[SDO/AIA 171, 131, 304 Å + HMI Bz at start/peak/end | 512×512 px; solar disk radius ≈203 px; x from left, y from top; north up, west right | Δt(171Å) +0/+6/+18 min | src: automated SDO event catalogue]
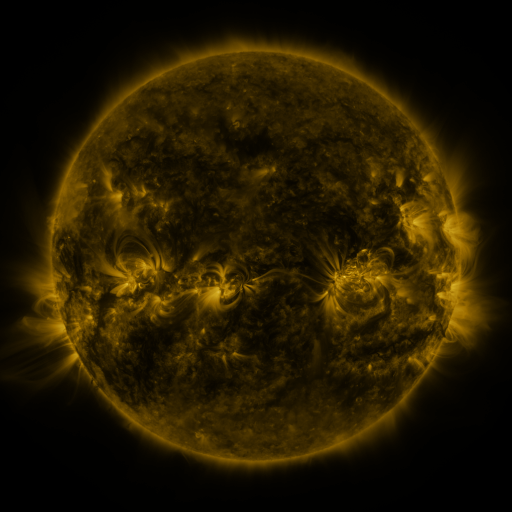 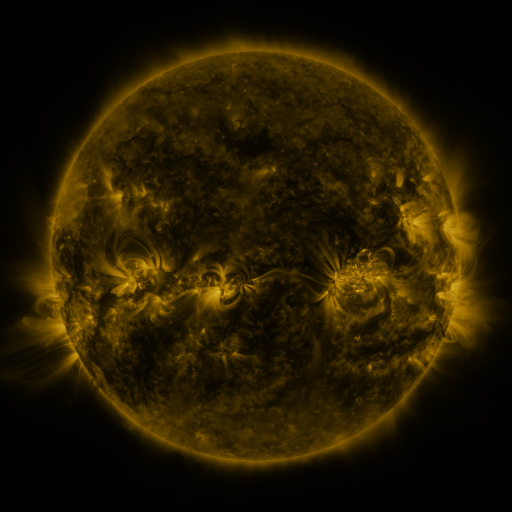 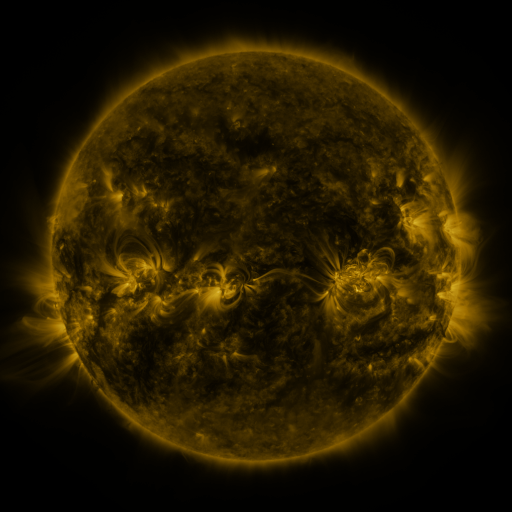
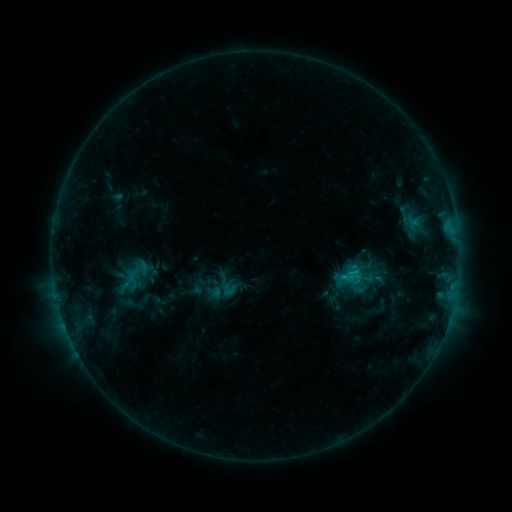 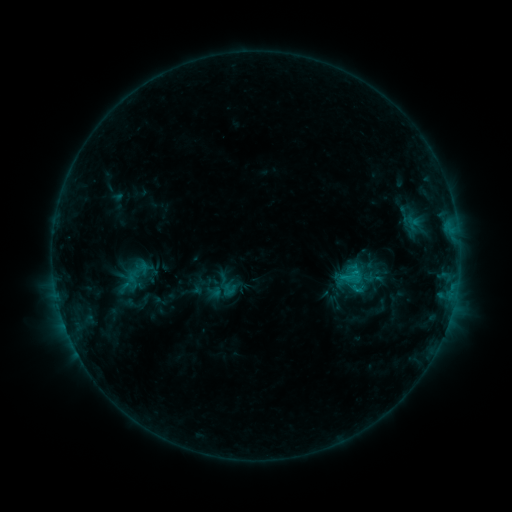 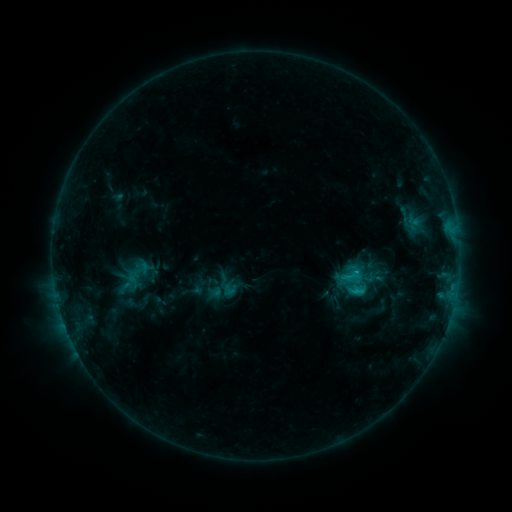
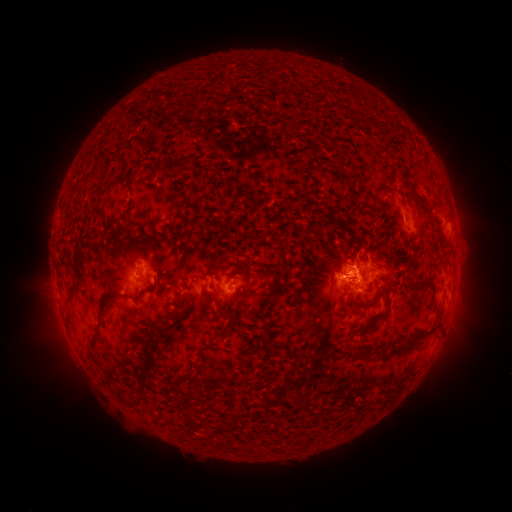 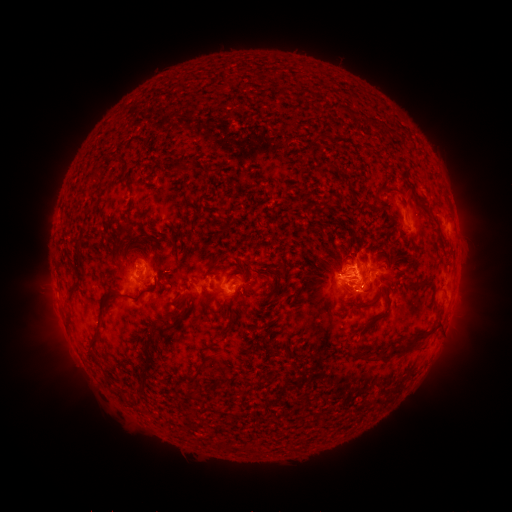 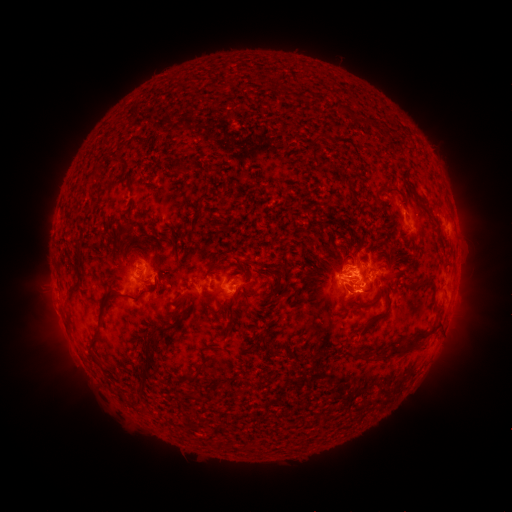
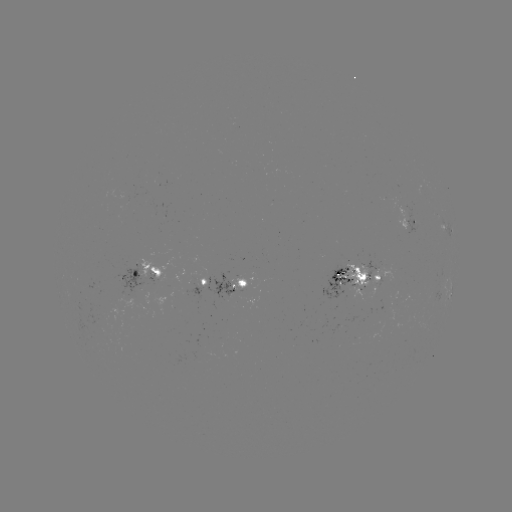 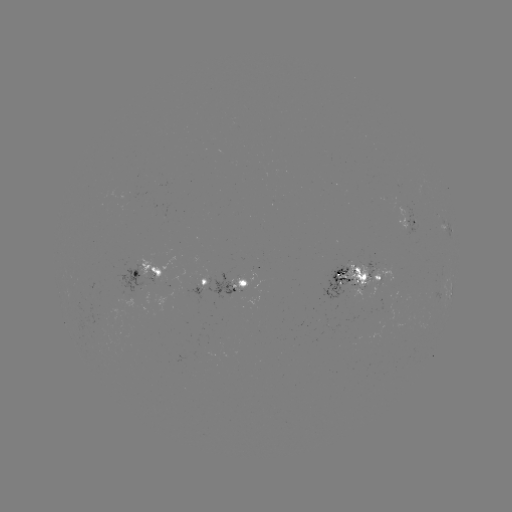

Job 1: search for C2.2 flare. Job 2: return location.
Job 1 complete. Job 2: [353, 270].